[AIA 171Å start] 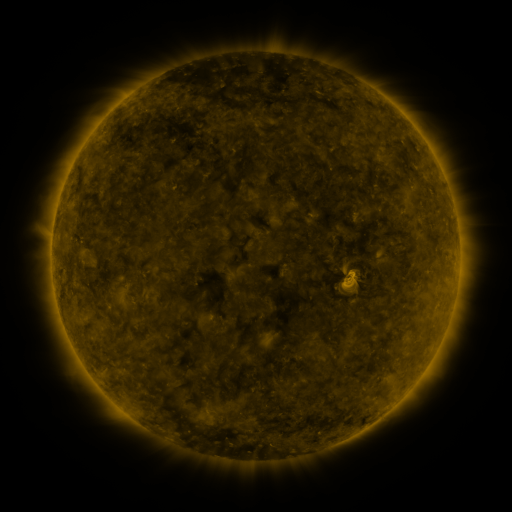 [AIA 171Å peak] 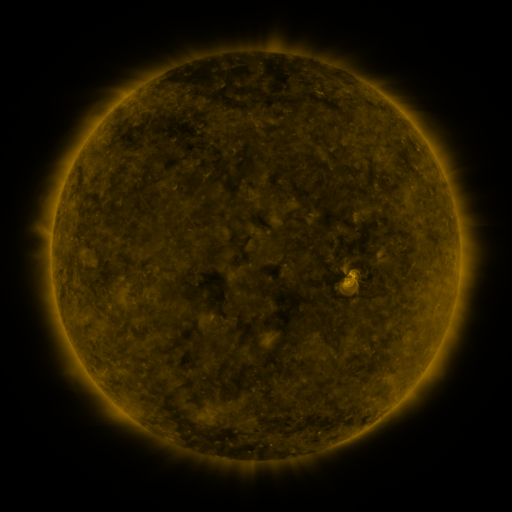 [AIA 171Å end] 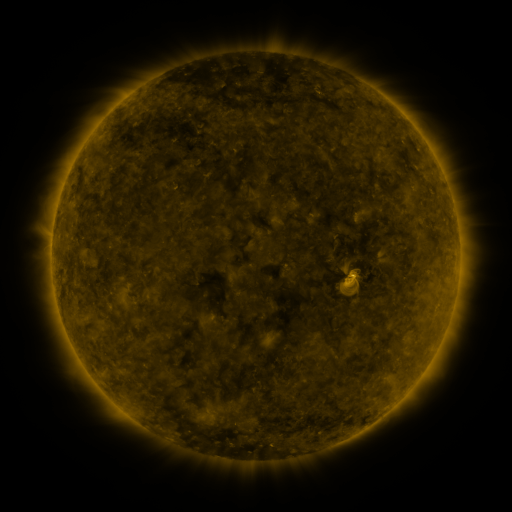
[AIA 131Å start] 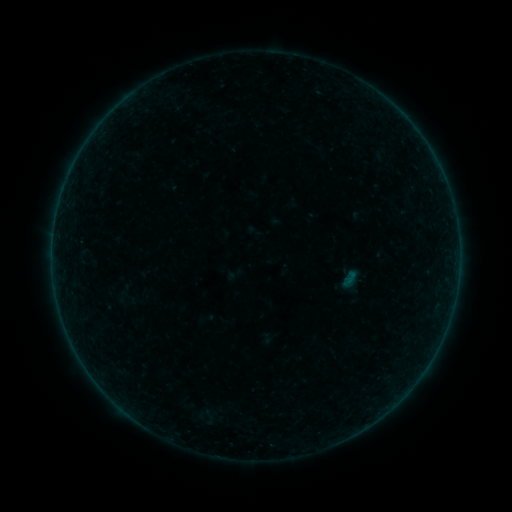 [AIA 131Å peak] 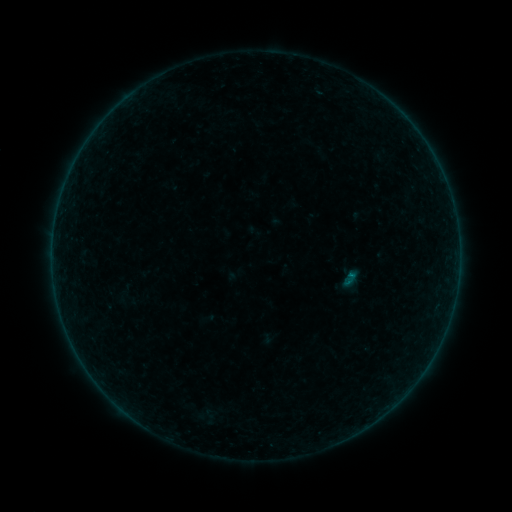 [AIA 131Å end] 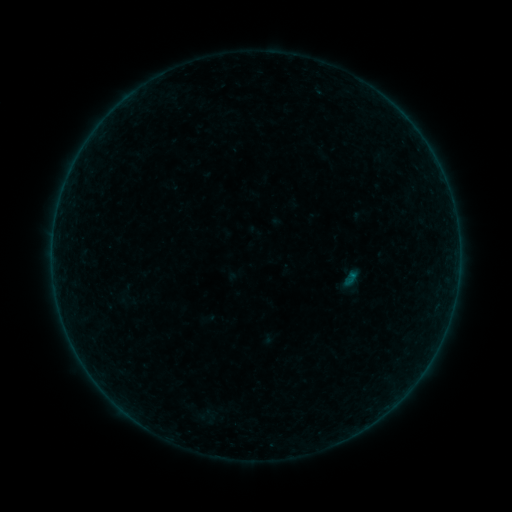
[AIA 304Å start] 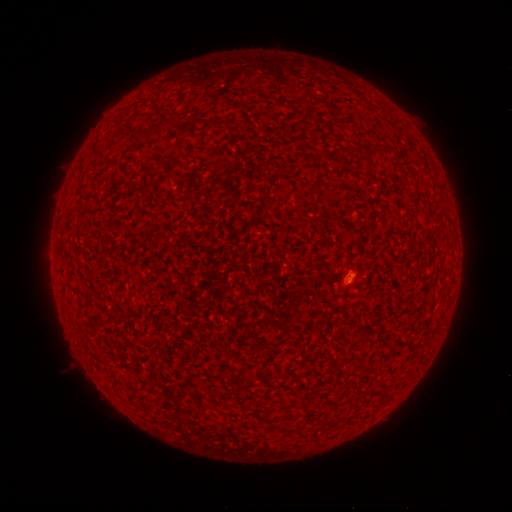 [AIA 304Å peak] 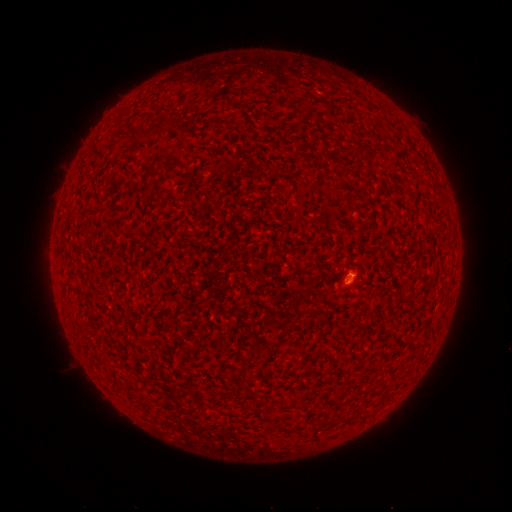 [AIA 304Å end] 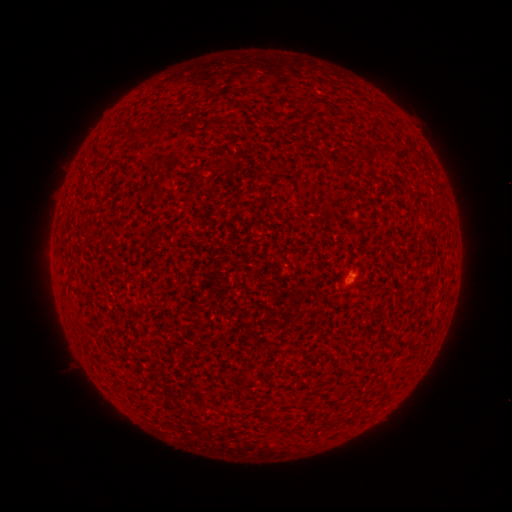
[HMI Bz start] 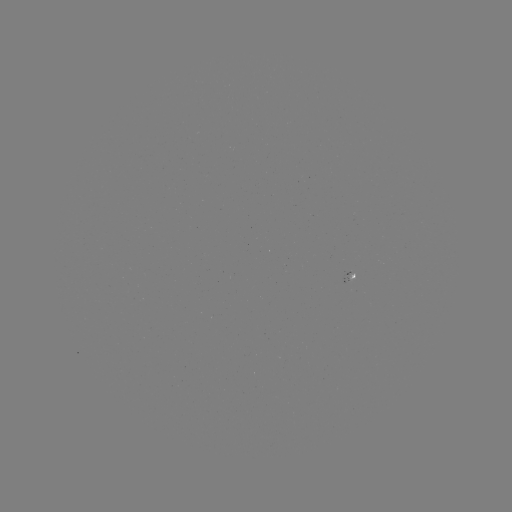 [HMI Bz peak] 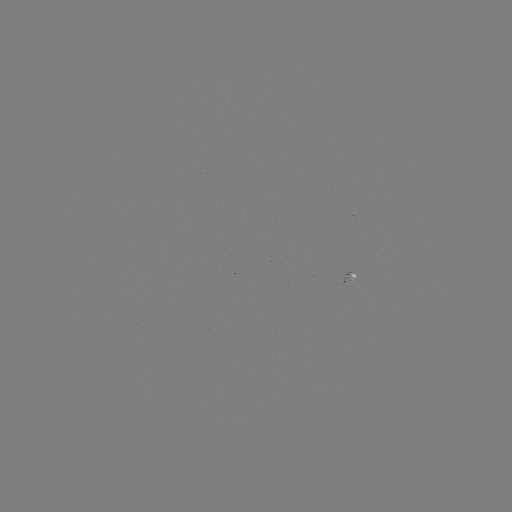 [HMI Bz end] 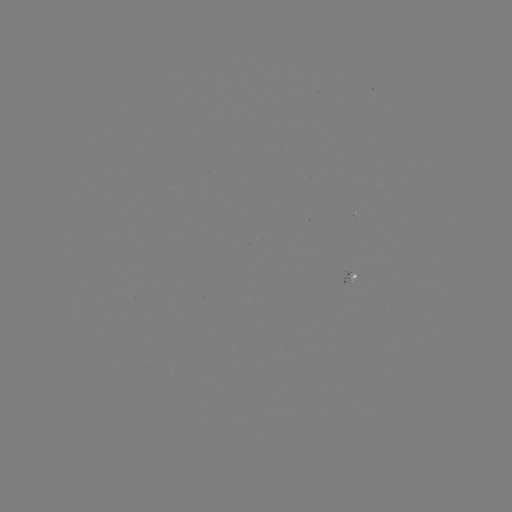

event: flare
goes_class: A9.4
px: (348, 274)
